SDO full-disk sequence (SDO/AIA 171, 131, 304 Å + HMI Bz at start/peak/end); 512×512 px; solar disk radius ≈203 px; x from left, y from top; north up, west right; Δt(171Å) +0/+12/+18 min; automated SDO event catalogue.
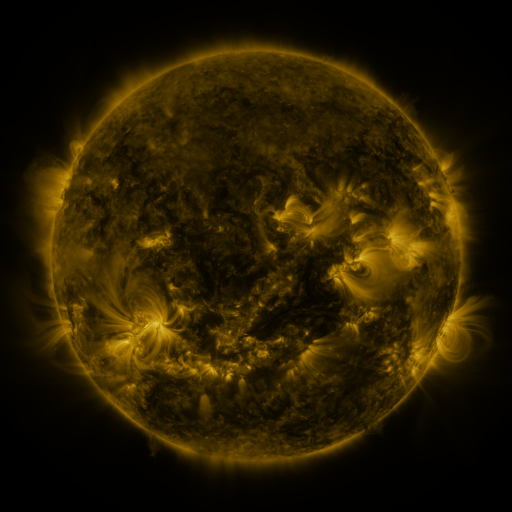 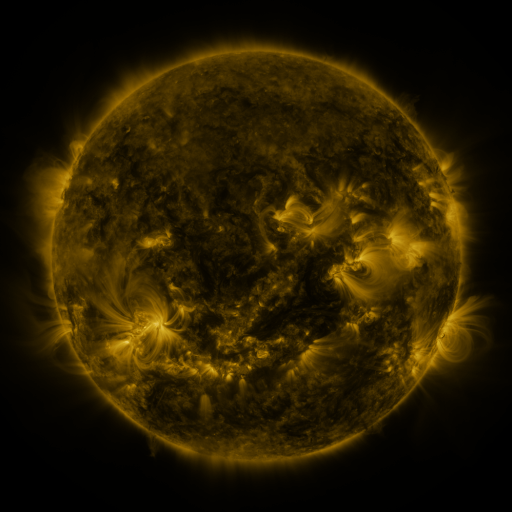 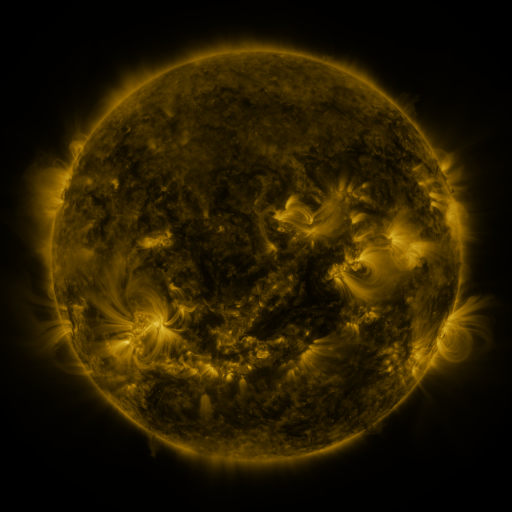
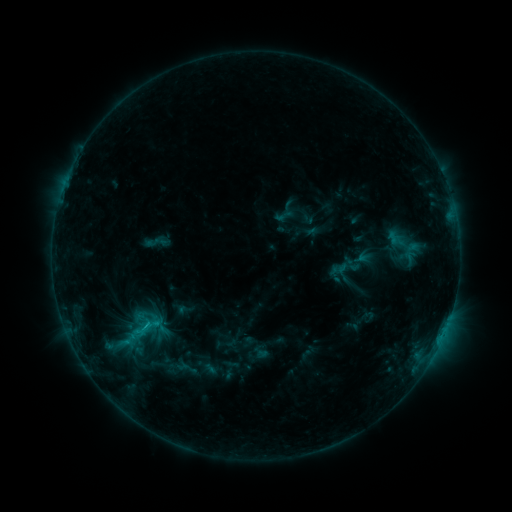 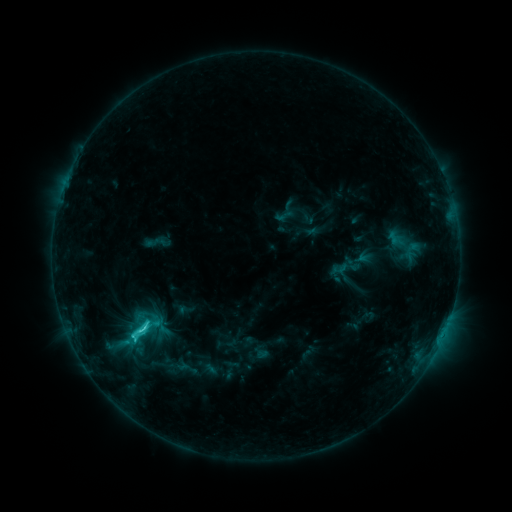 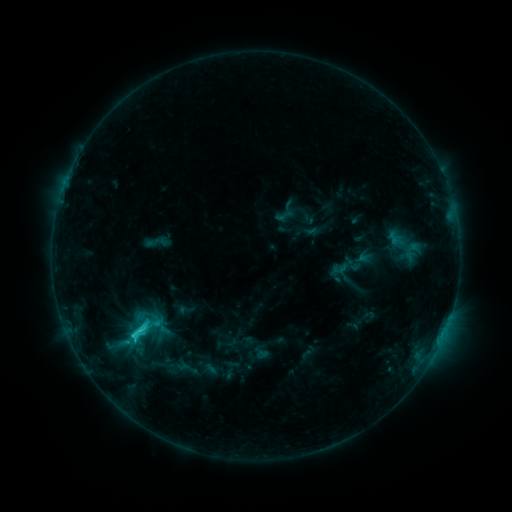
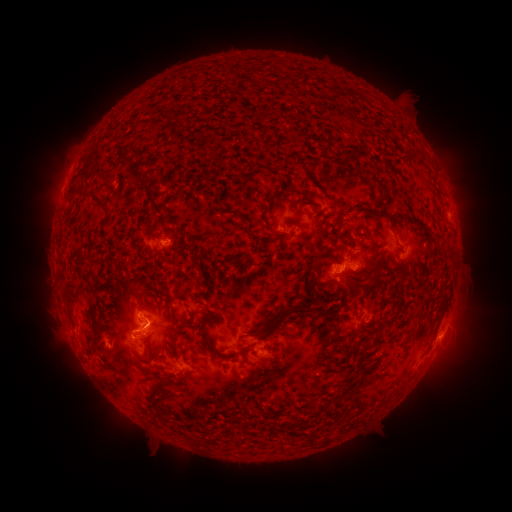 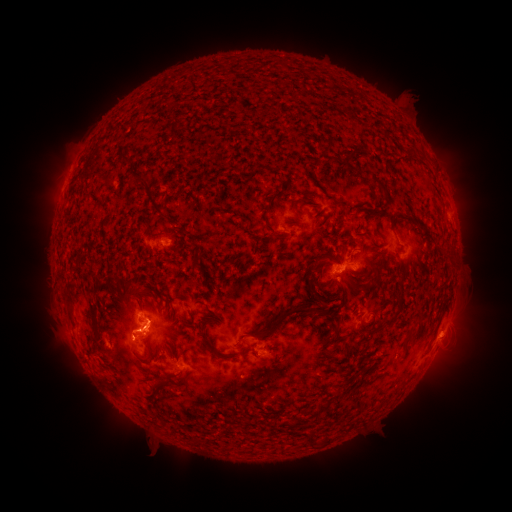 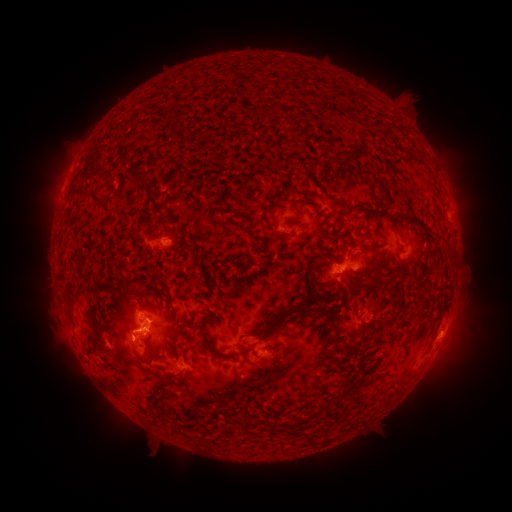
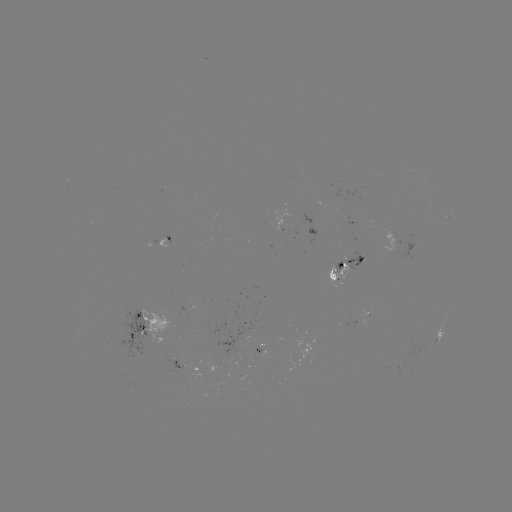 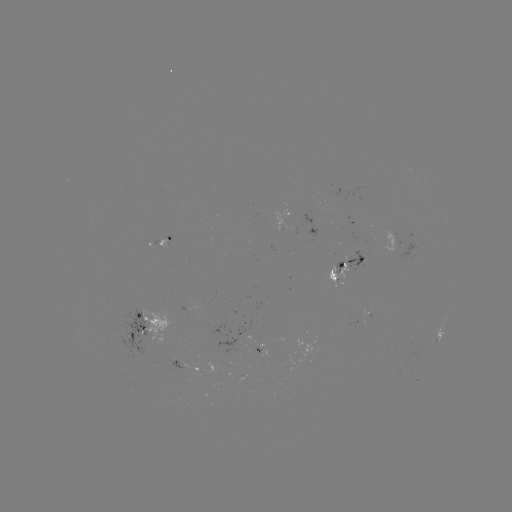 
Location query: C2.7 flare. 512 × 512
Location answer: [143, 328].